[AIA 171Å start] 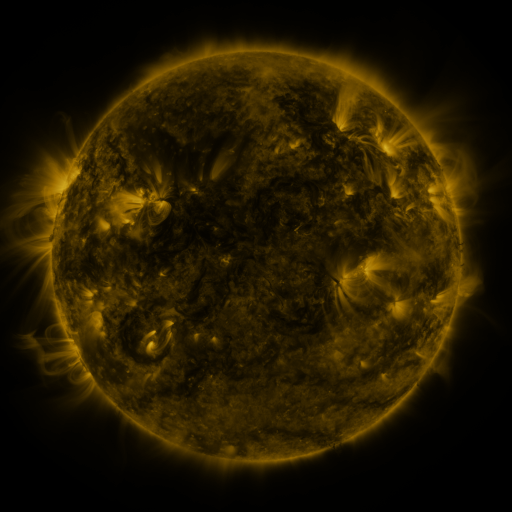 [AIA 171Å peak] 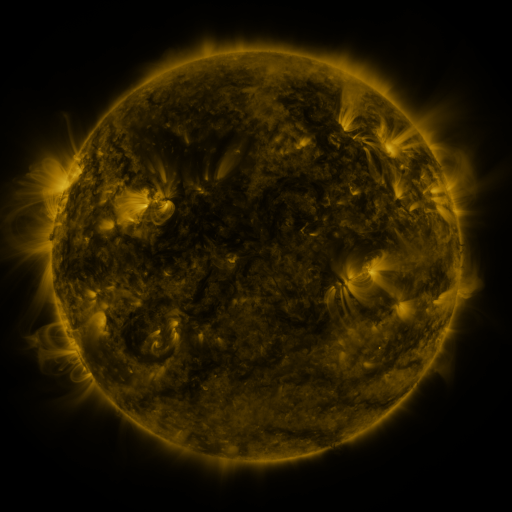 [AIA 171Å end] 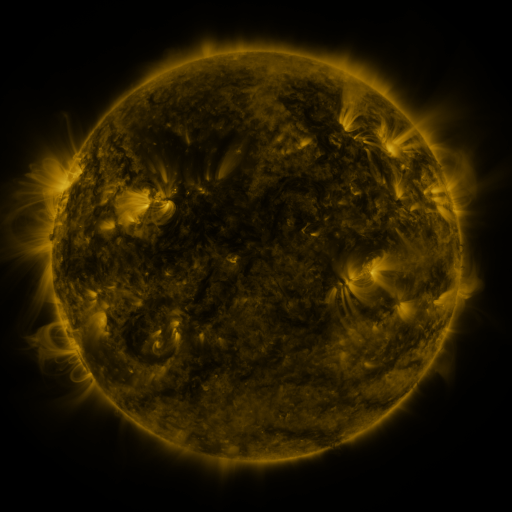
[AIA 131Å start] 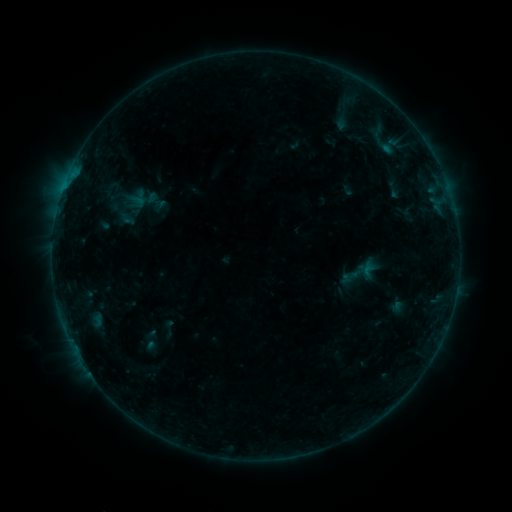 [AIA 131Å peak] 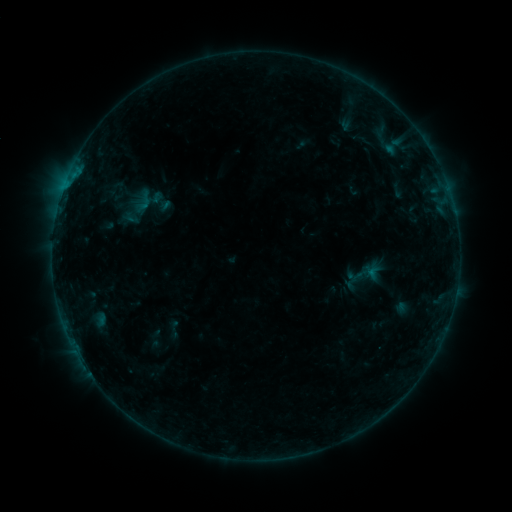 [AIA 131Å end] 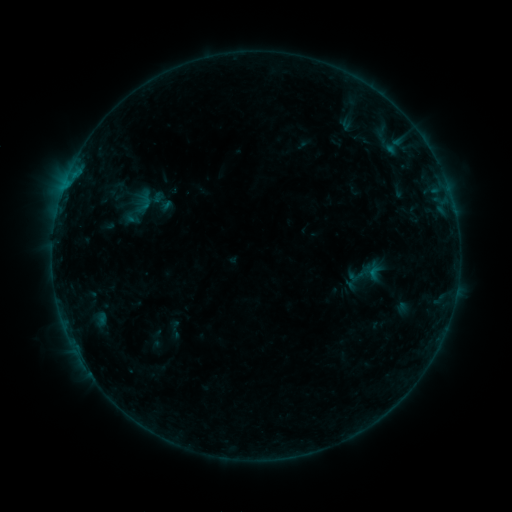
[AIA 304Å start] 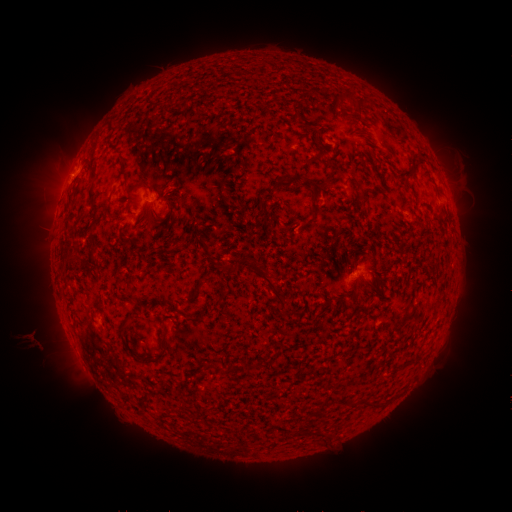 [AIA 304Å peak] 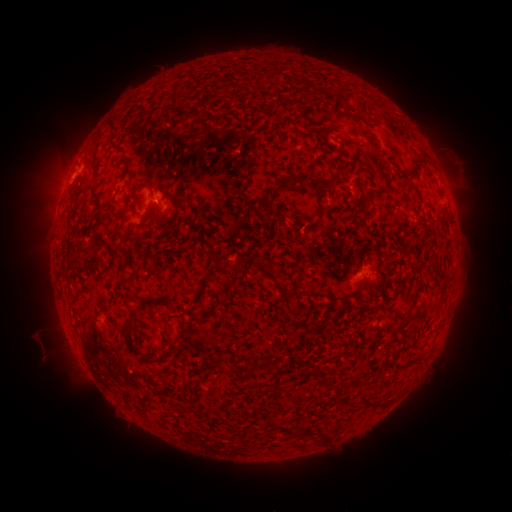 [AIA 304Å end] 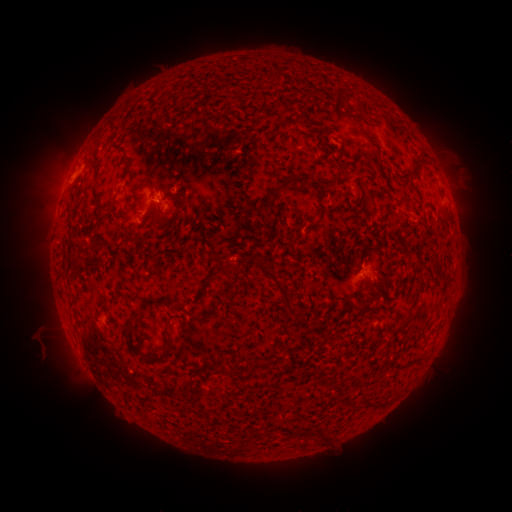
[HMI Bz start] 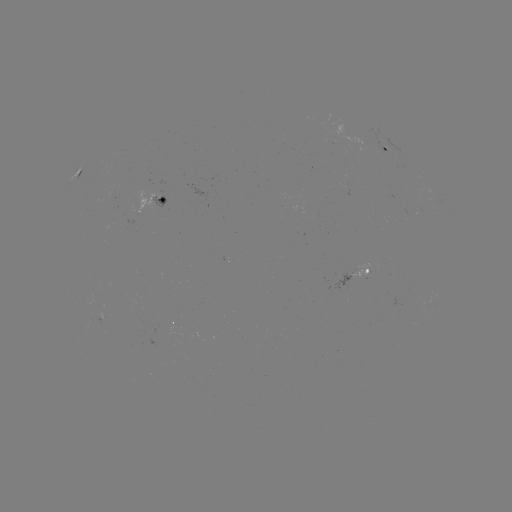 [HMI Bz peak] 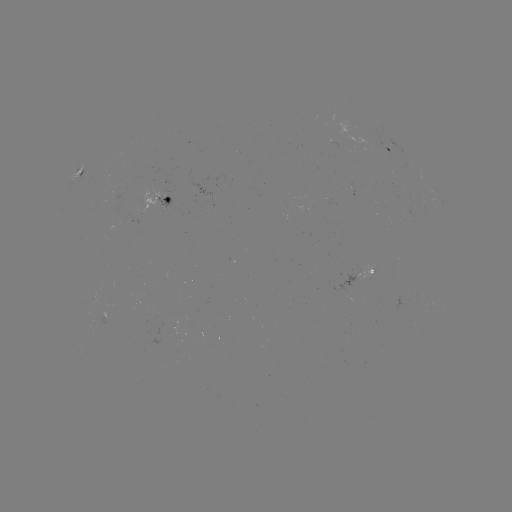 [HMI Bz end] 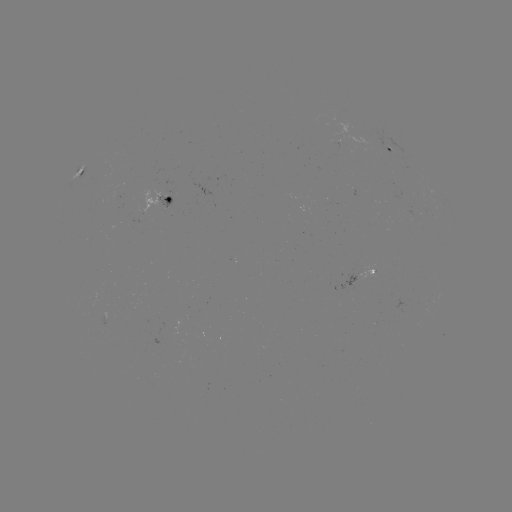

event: emerging-flux region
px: (165, 205)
